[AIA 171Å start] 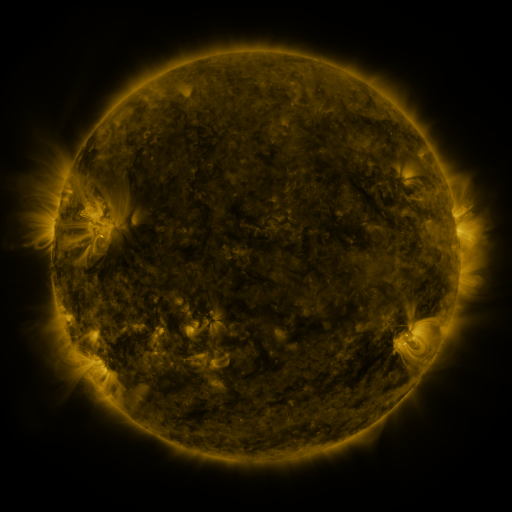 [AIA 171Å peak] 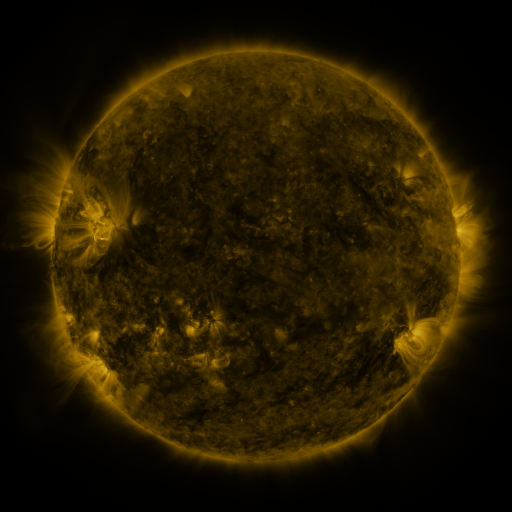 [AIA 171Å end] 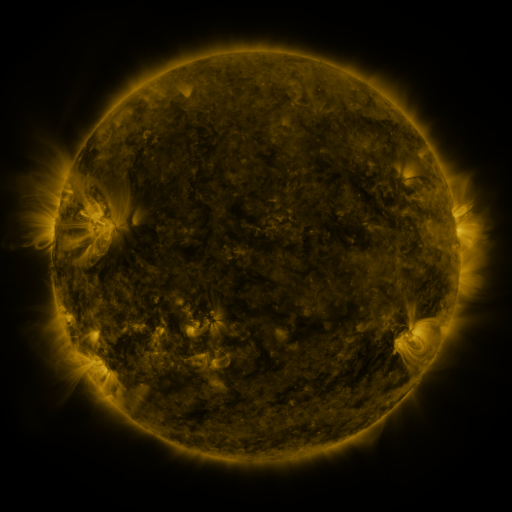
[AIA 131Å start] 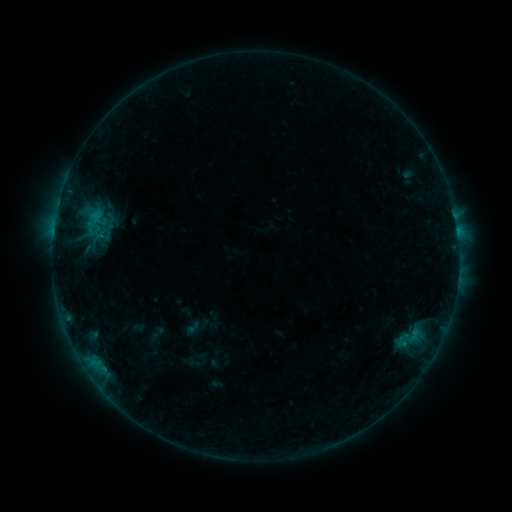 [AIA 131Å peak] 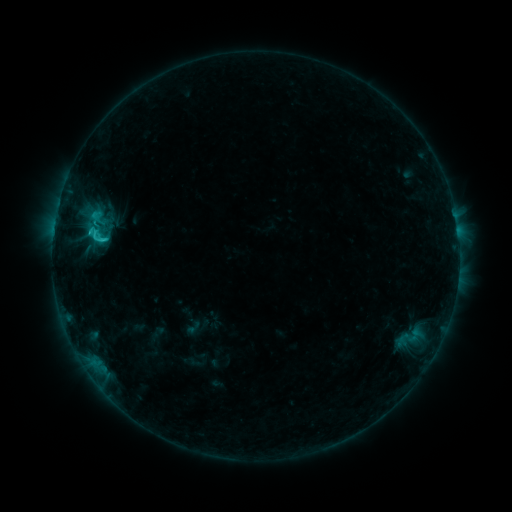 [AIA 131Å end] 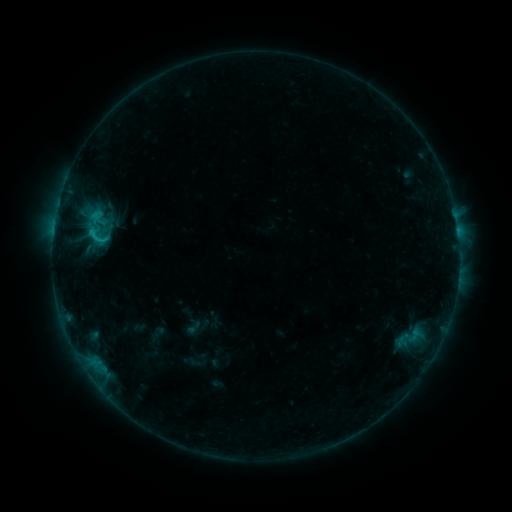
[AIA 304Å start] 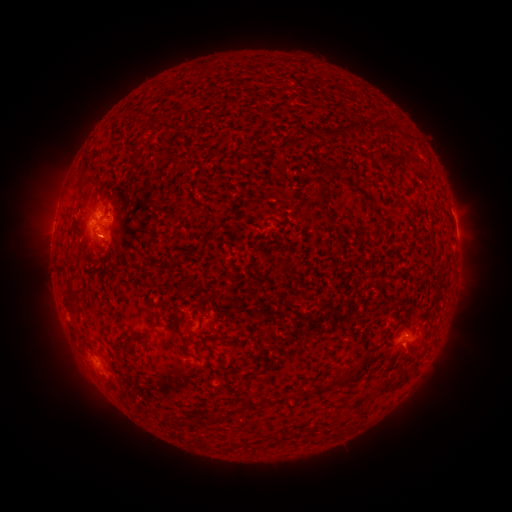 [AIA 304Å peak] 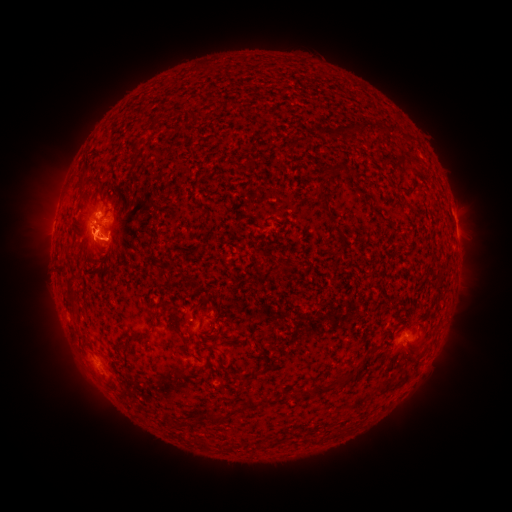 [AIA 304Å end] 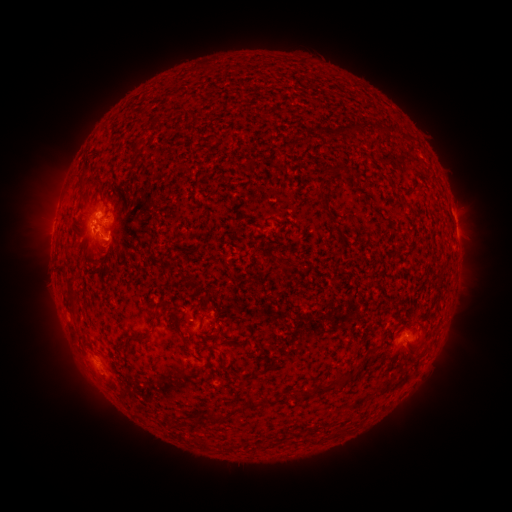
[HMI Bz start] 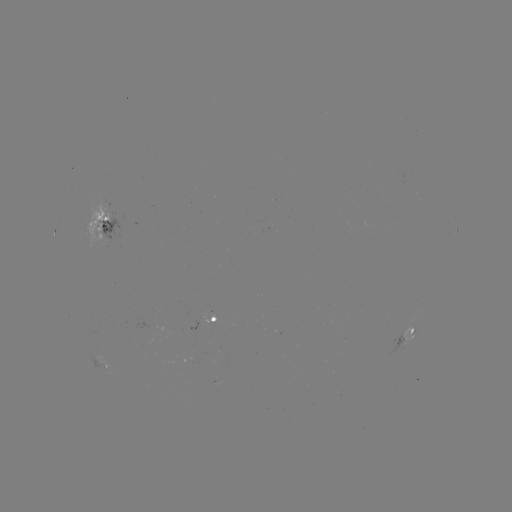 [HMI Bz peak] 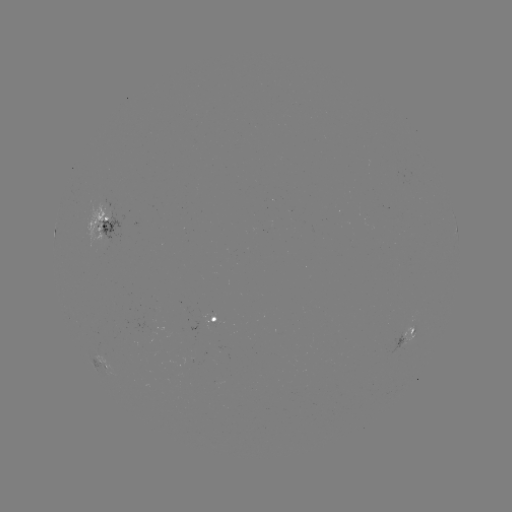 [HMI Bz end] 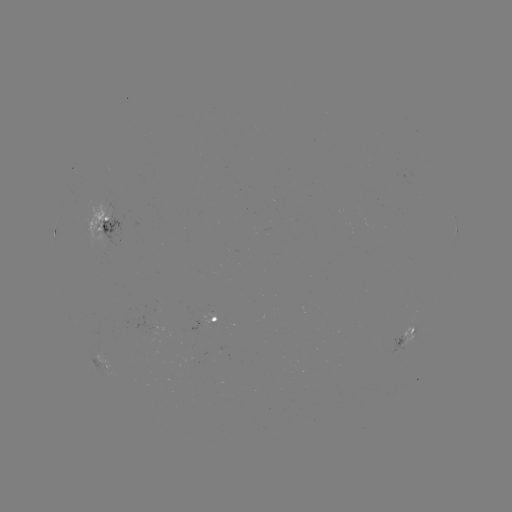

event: flare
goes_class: C2.1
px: (97, 233)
